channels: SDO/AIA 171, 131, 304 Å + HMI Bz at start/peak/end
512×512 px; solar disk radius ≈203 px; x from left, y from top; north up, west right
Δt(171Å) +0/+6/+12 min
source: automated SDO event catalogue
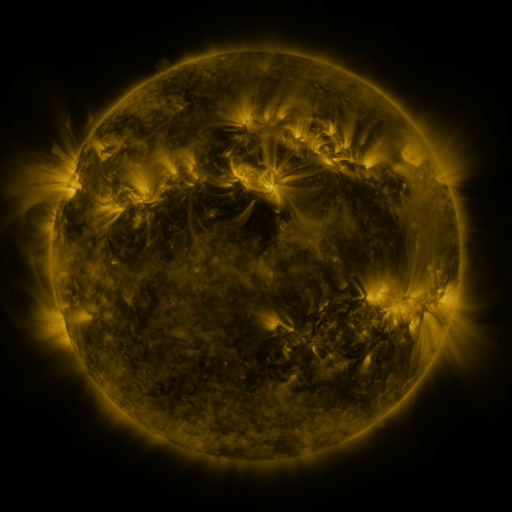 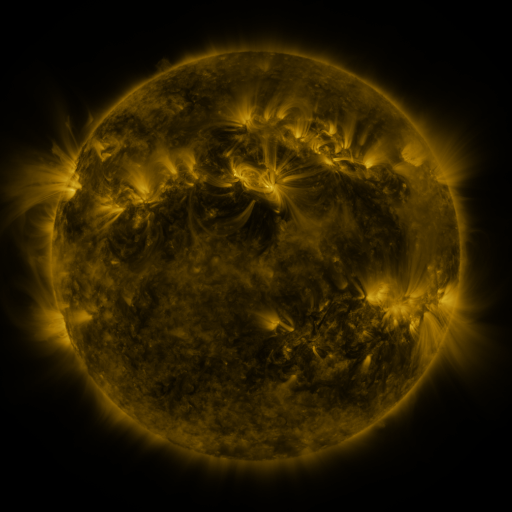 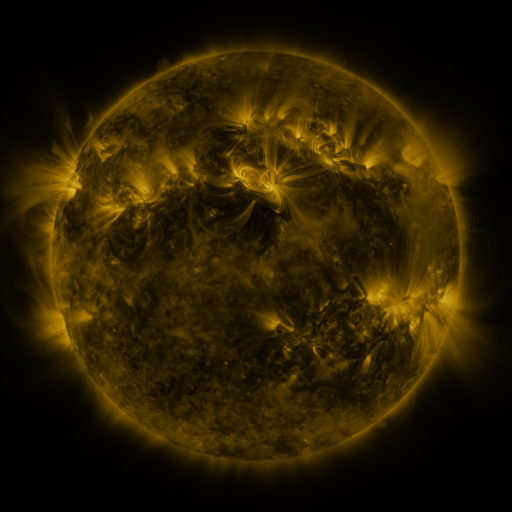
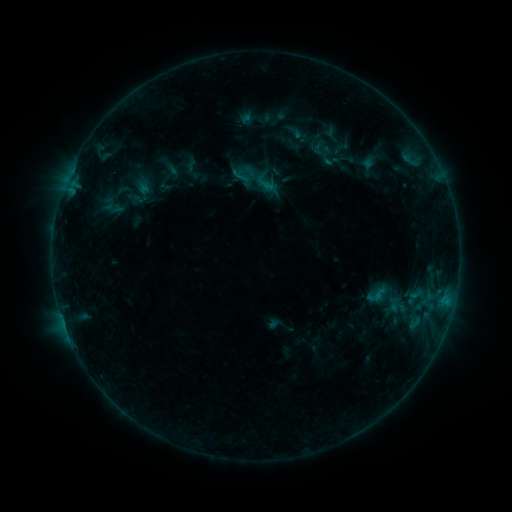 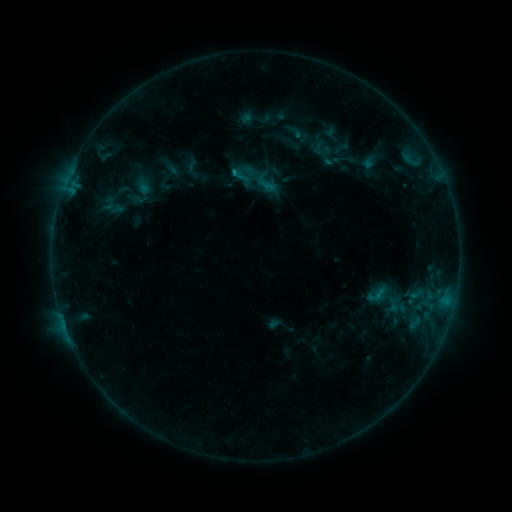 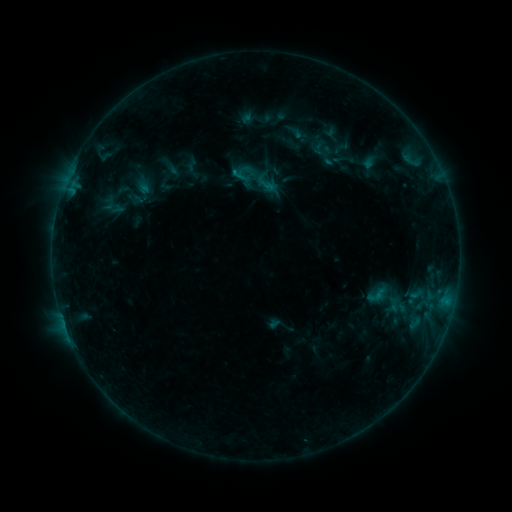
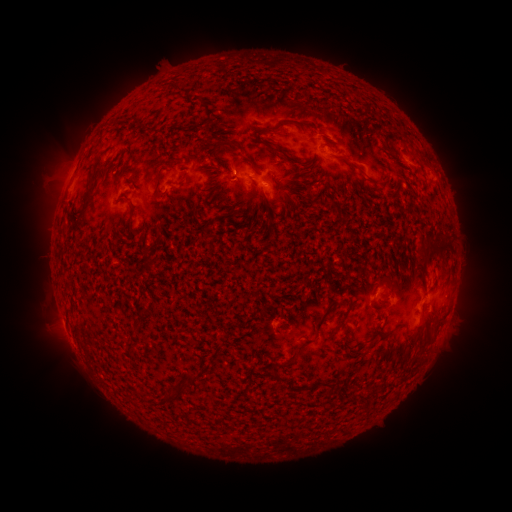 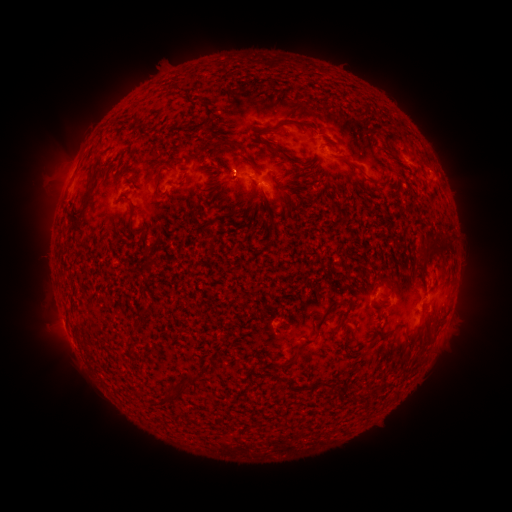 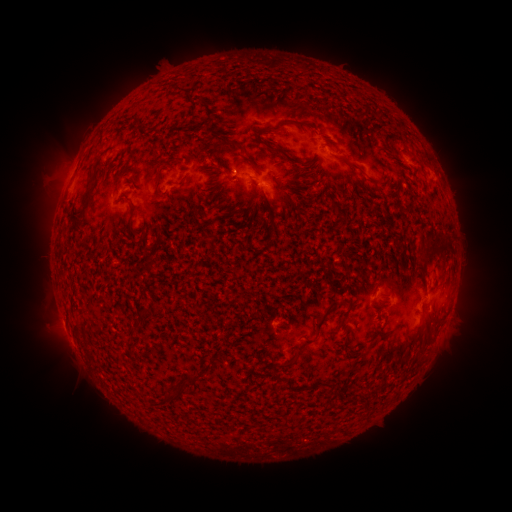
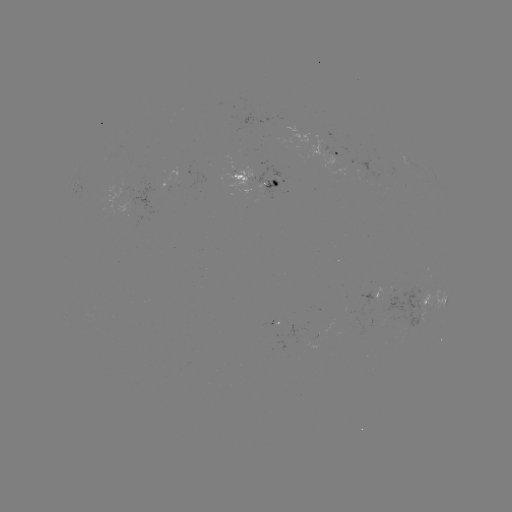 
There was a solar flare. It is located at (235, 174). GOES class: B4.6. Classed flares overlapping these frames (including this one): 1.